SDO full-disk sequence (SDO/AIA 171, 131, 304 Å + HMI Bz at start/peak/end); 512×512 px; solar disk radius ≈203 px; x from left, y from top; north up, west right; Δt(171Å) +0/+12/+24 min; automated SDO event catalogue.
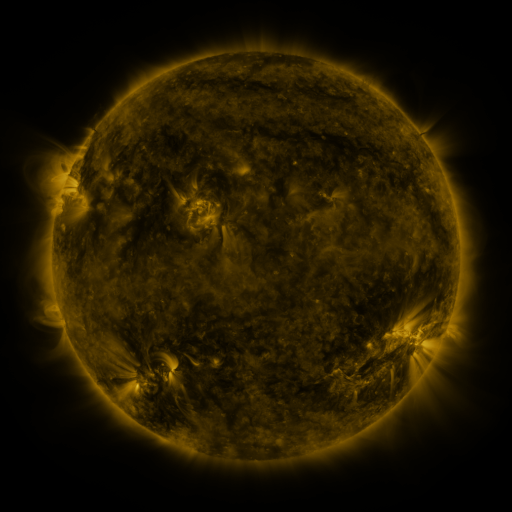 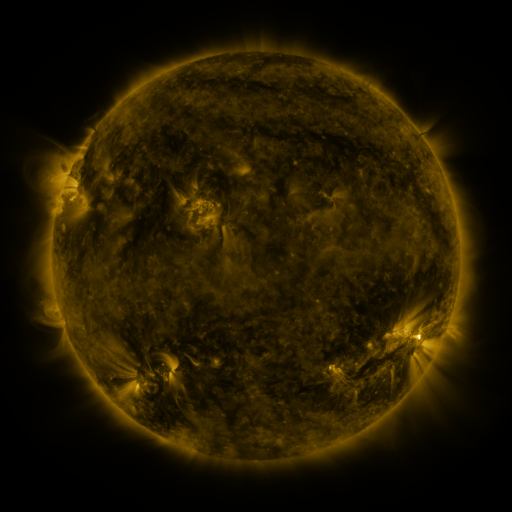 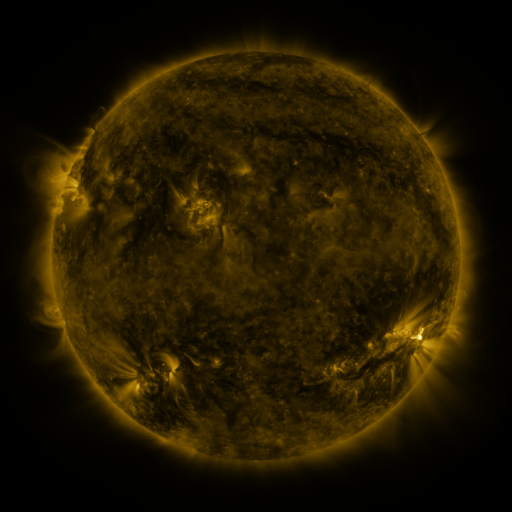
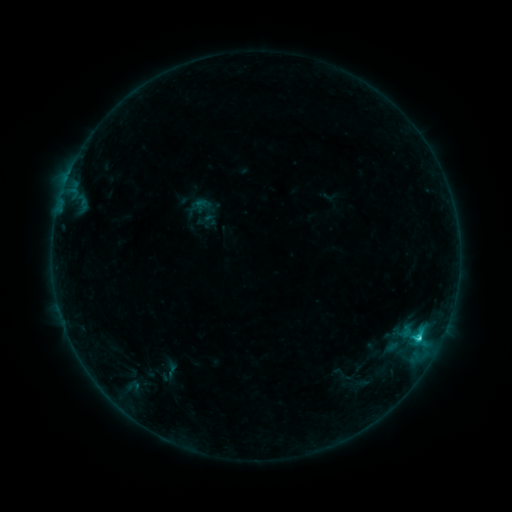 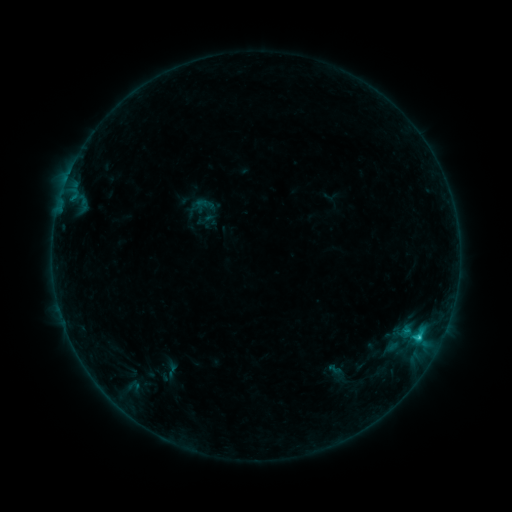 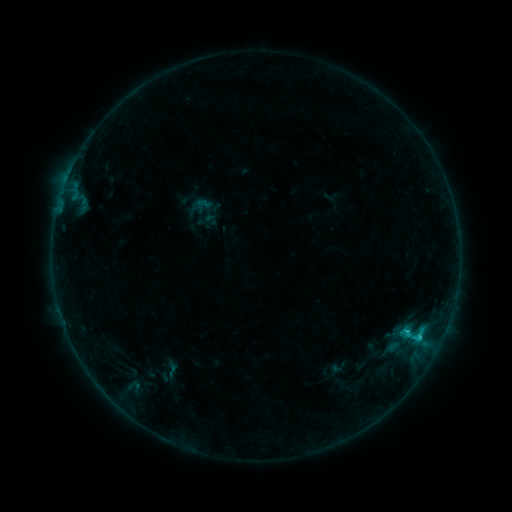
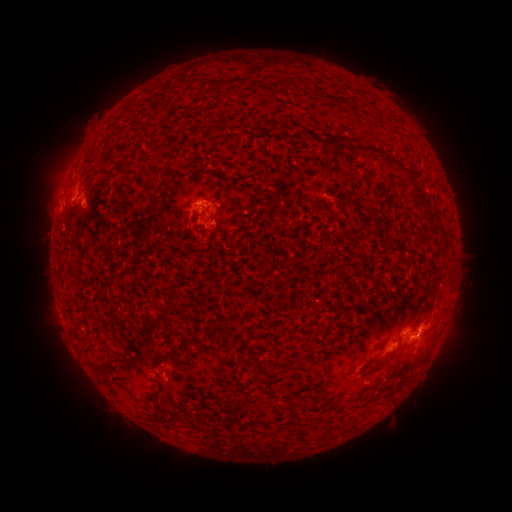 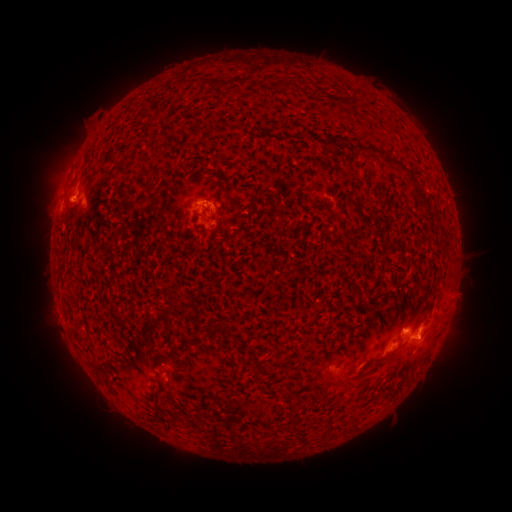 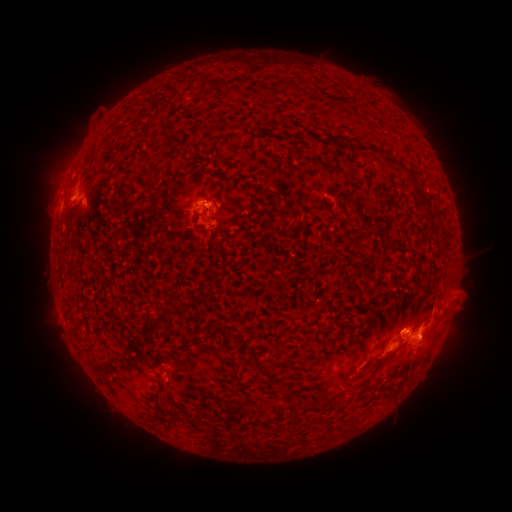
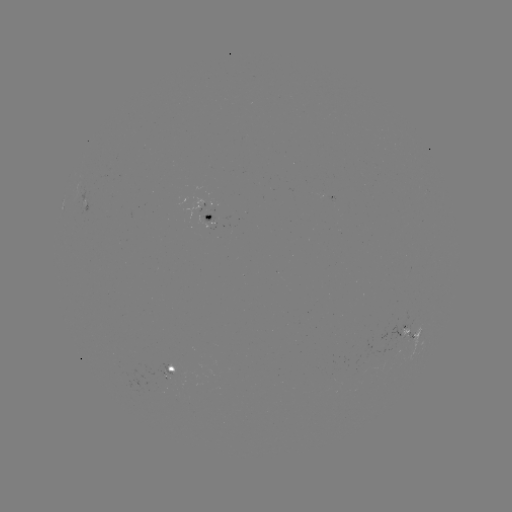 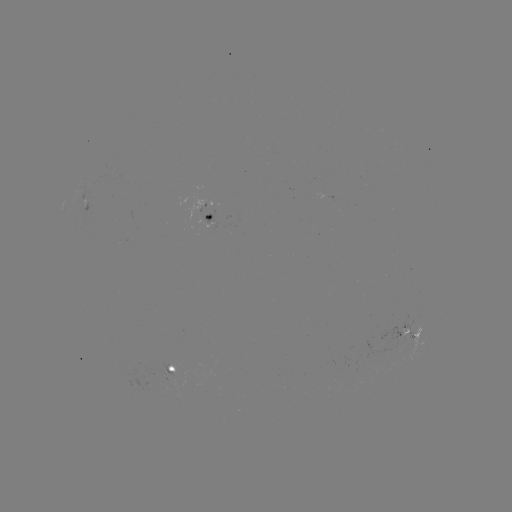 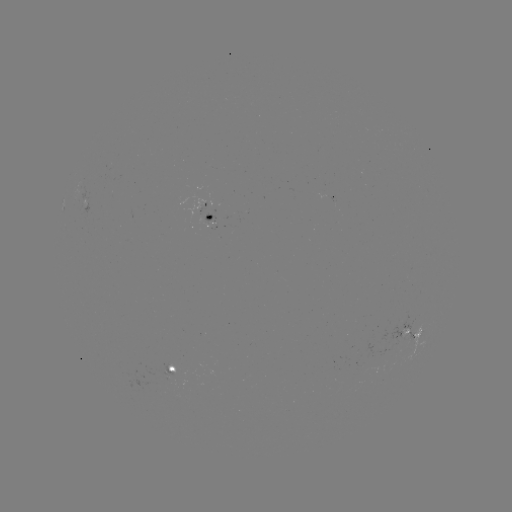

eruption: (61, 97, 108, 151)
